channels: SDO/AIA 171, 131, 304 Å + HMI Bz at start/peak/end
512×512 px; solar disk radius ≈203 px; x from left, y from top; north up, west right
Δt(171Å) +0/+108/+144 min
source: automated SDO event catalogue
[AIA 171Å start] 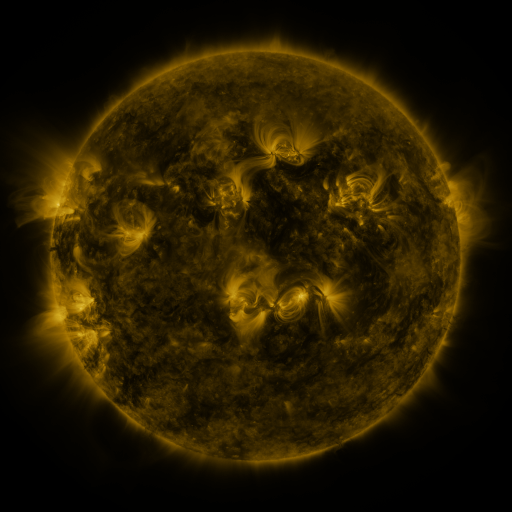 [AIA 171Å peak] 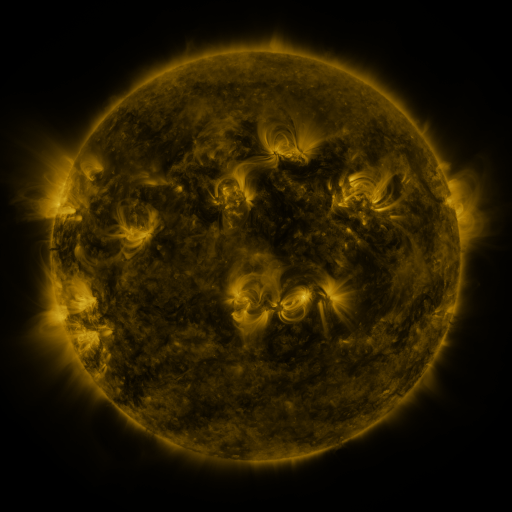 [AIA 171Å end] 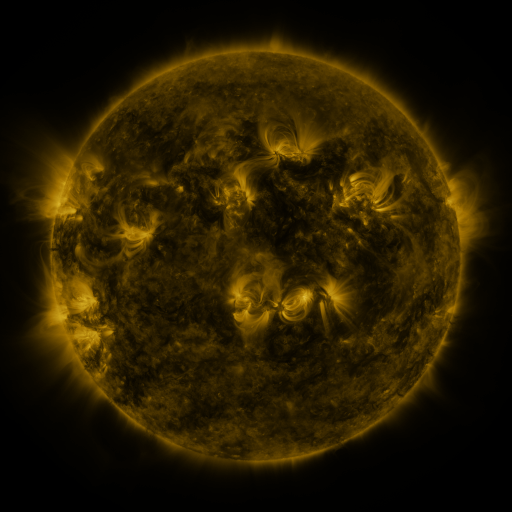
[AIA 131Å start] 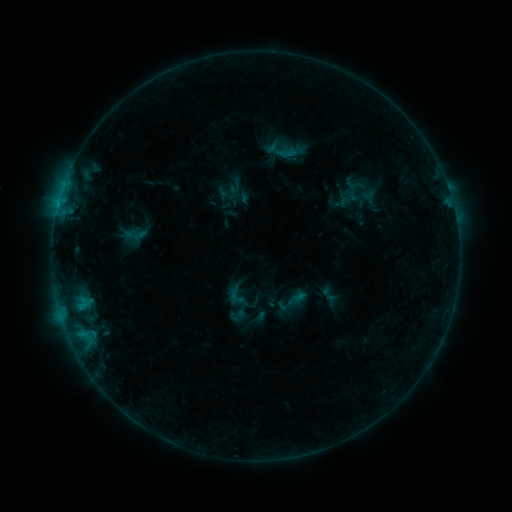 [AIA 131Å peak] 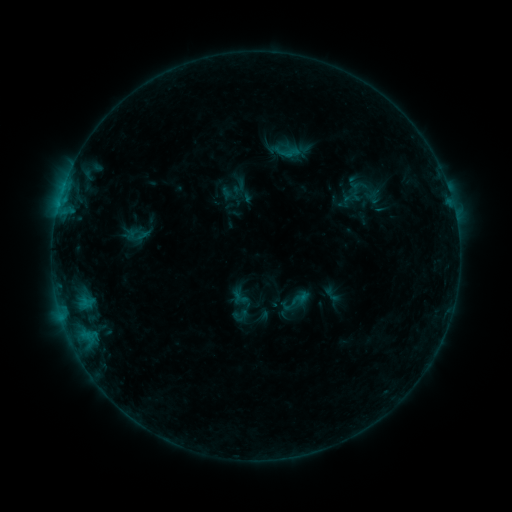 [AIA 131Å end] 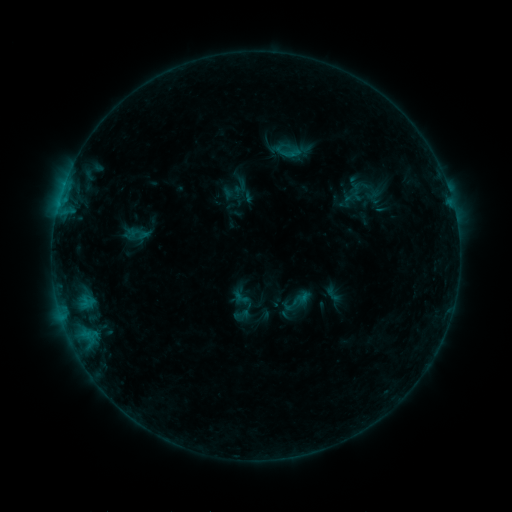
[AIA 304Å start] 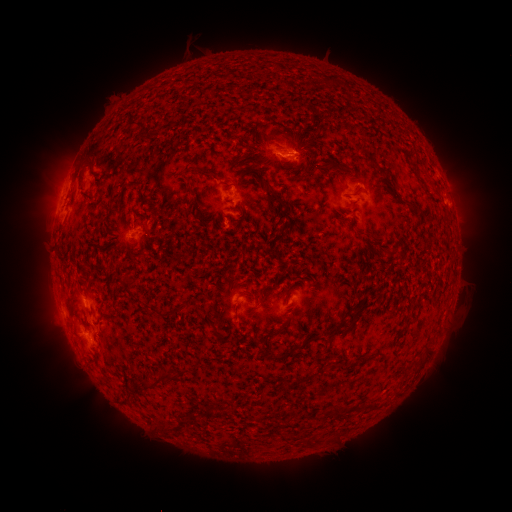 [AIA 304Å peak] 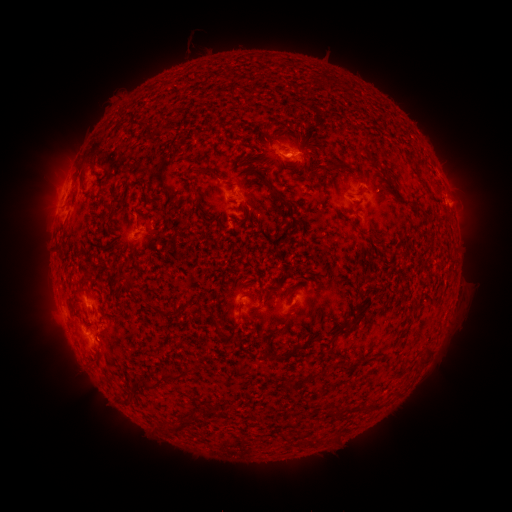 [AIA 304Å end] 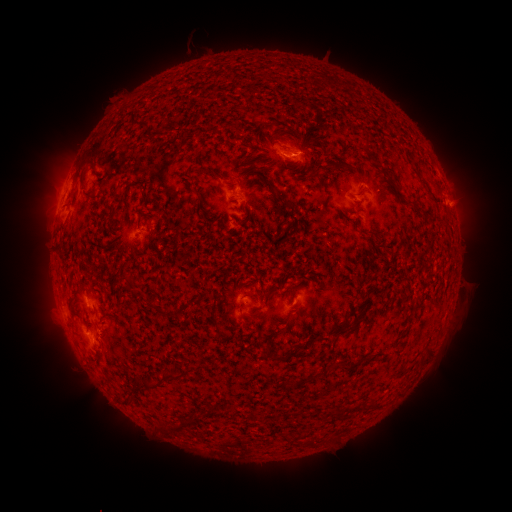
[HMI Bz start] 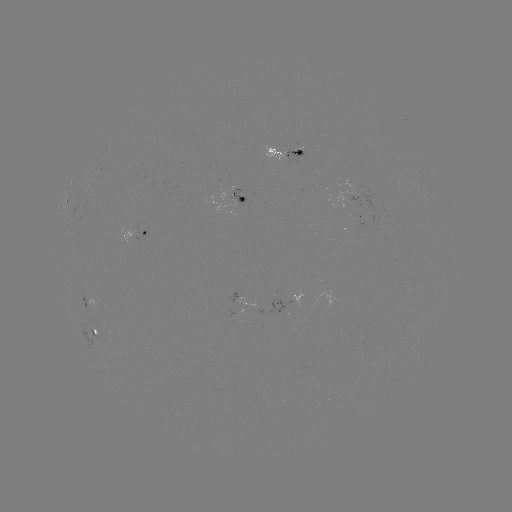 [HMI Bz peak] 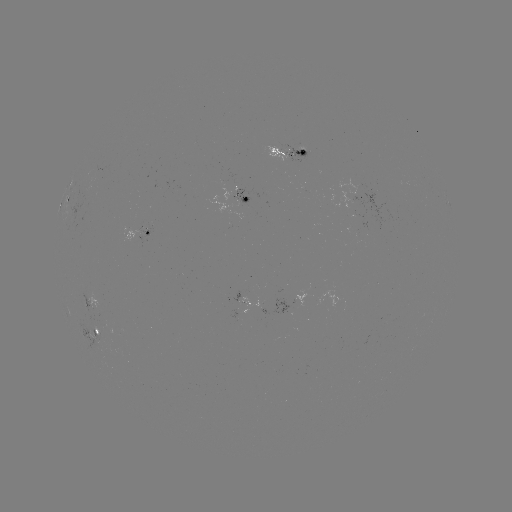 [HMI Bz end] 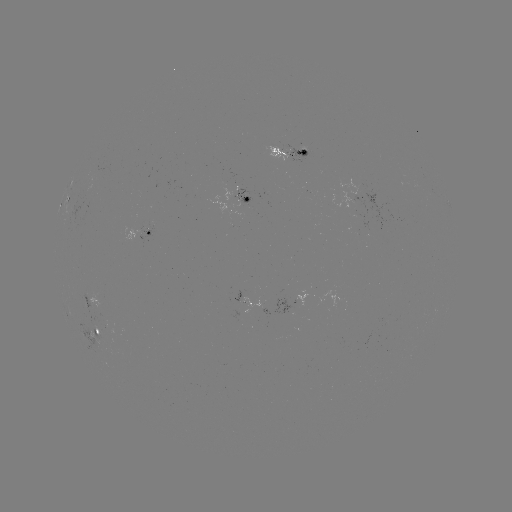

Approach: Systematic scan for emerging-flux region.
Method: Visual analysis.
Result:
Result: emerging-flux region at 90,302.